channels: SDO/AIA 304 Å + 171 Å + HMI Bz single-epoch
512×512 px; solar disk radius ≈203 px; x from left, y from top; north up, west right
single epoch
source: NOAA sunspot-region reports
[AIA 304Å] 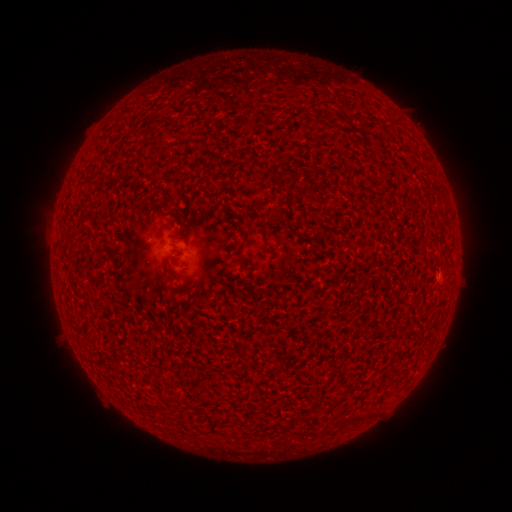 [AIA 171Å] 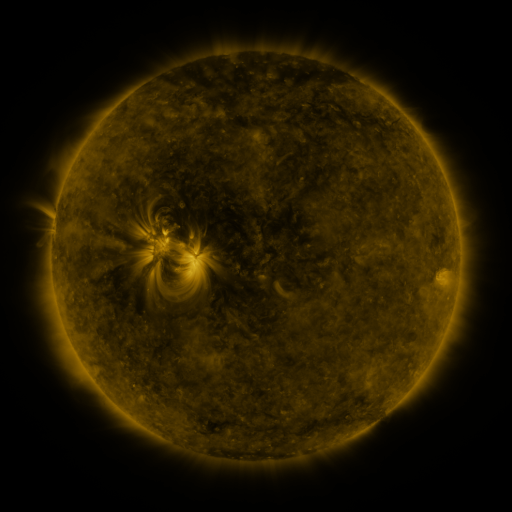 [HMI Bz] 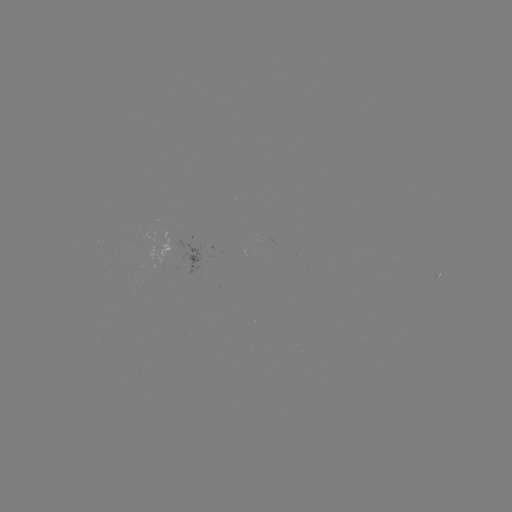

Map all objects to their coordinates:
(none)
